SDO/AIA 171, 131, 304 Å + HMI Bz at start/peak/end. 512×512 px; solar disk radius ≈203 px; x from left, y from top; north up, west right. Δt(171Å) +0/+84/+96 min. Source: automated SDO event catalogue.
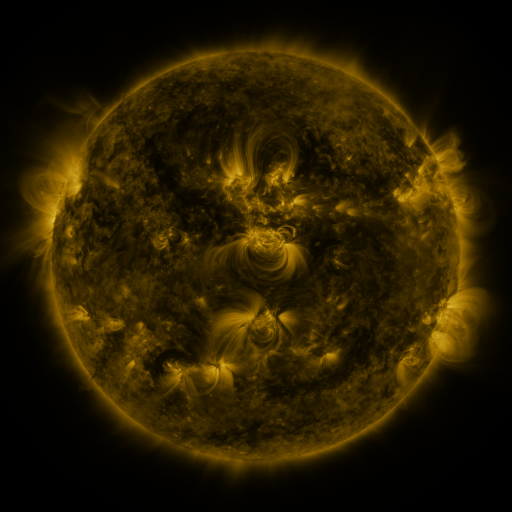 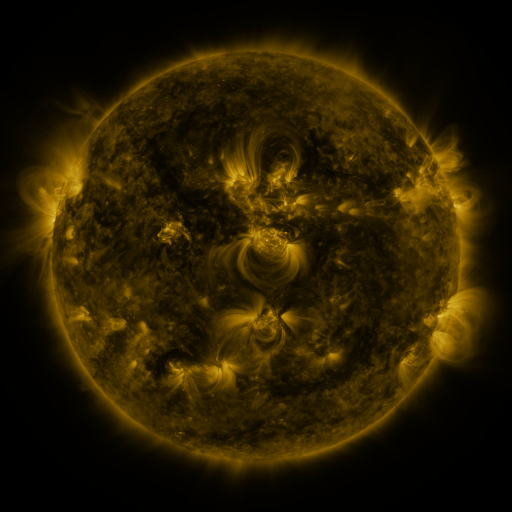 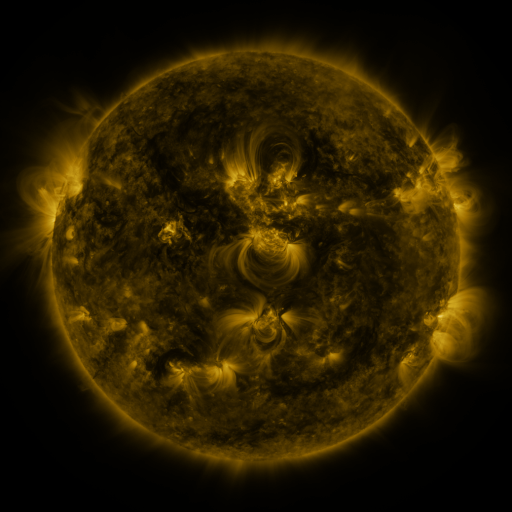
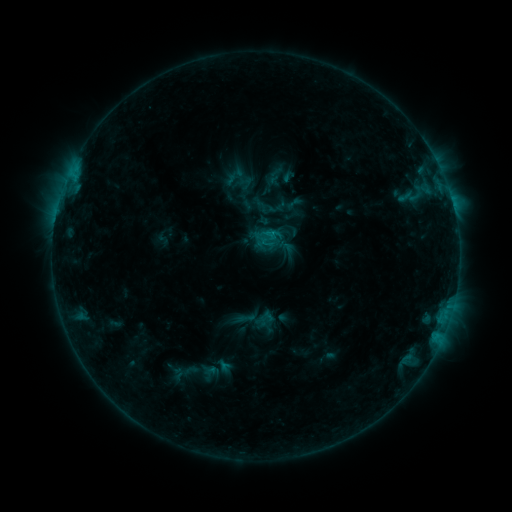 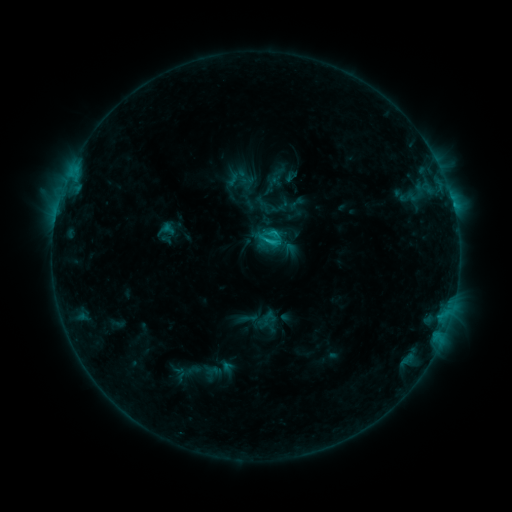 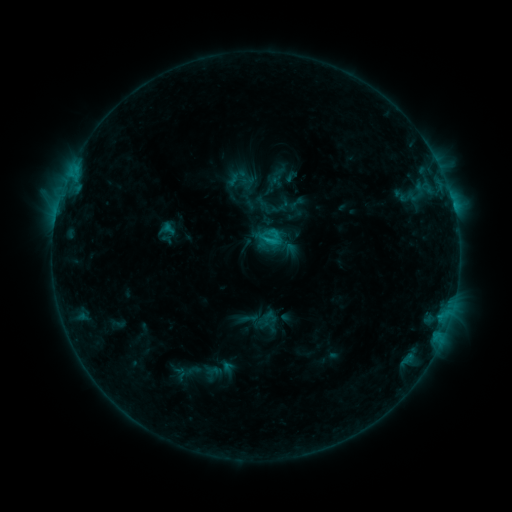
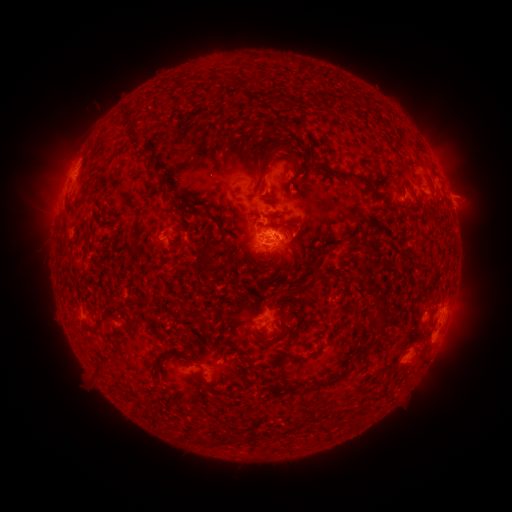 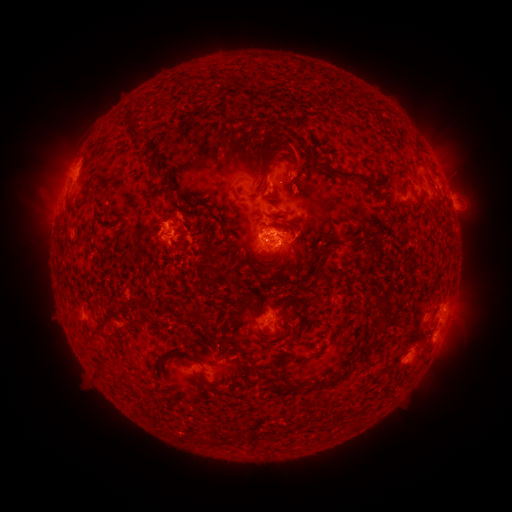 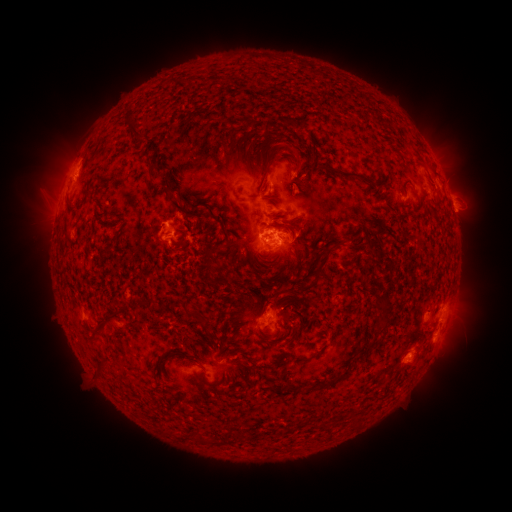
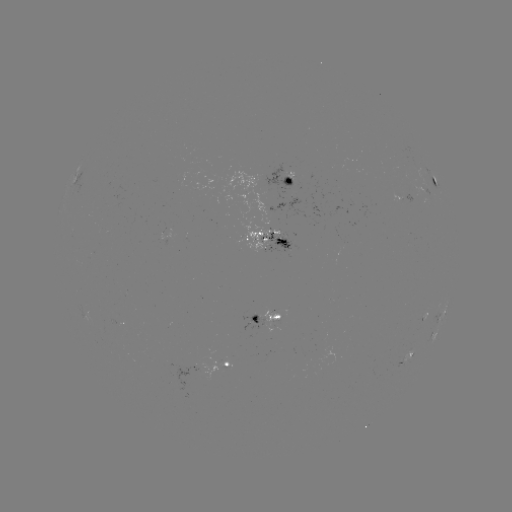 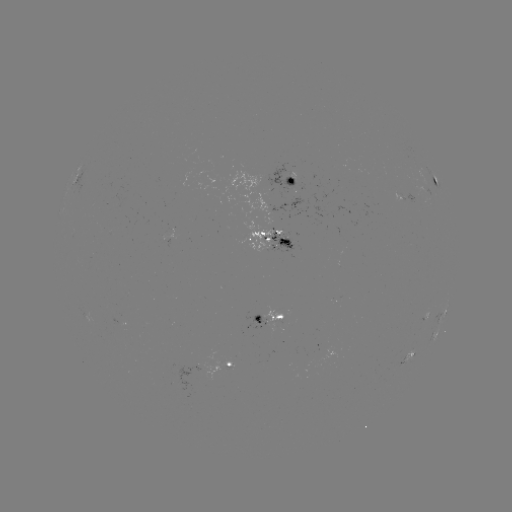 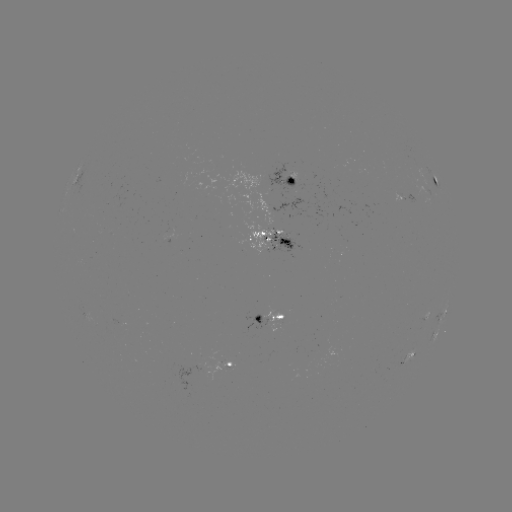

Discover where emerging-flux region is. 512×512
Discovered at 276,244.